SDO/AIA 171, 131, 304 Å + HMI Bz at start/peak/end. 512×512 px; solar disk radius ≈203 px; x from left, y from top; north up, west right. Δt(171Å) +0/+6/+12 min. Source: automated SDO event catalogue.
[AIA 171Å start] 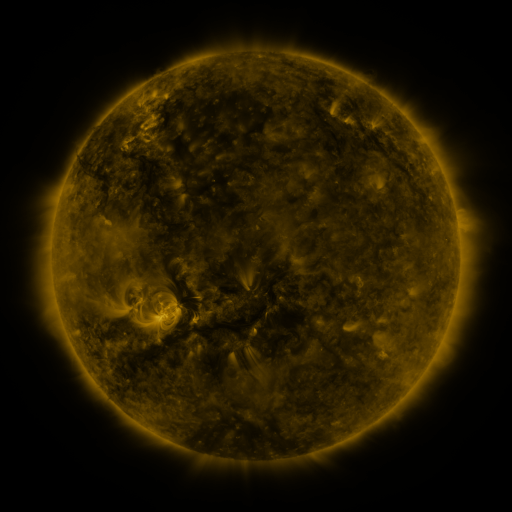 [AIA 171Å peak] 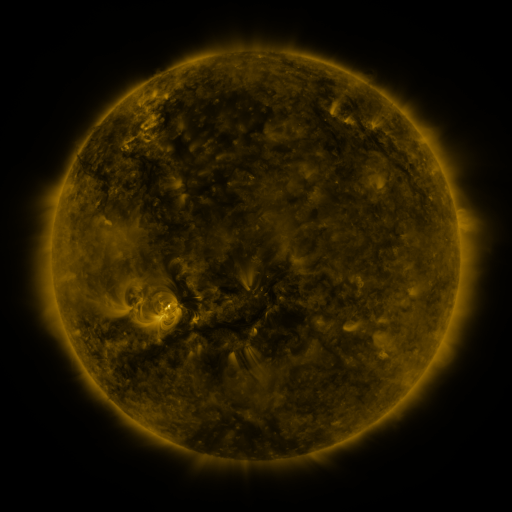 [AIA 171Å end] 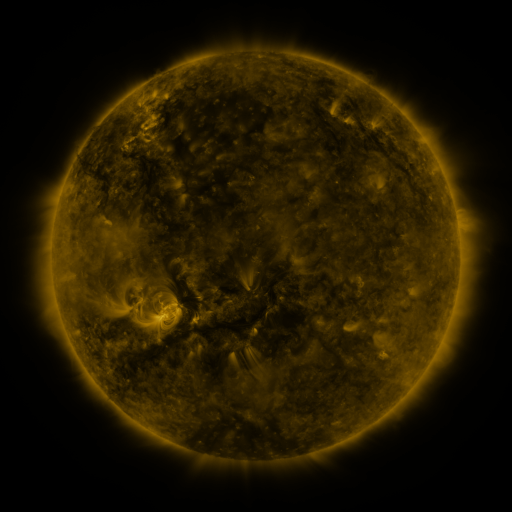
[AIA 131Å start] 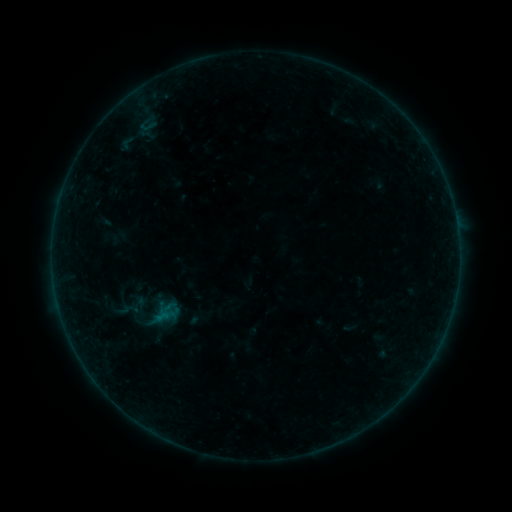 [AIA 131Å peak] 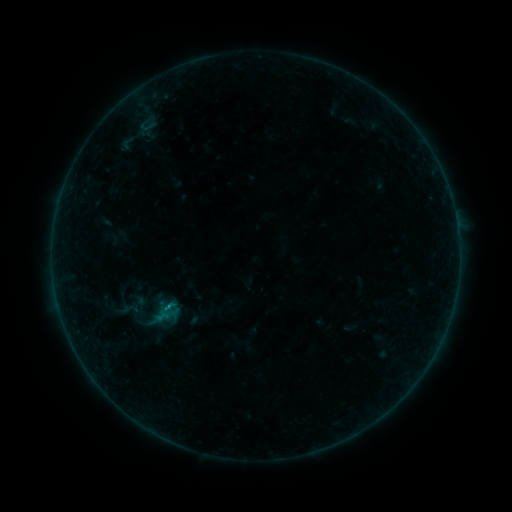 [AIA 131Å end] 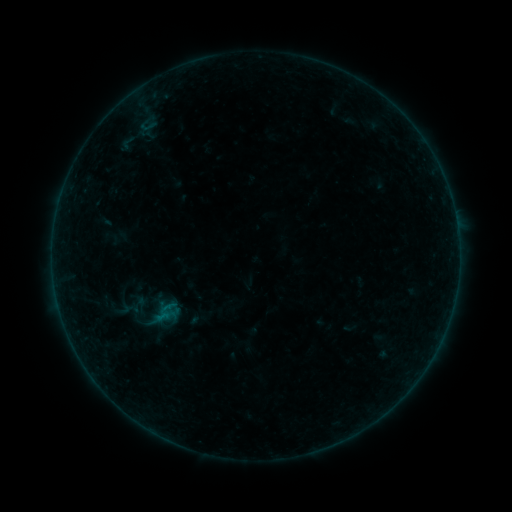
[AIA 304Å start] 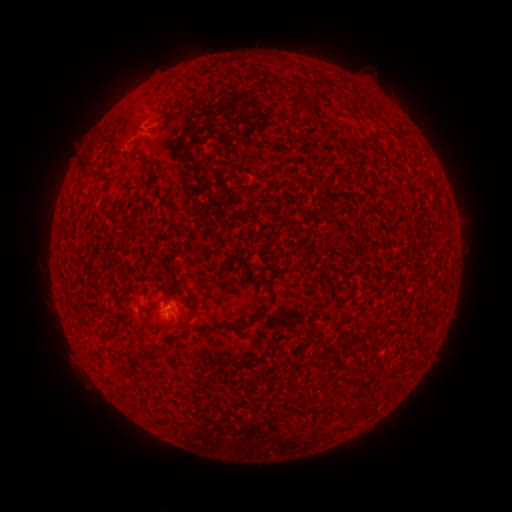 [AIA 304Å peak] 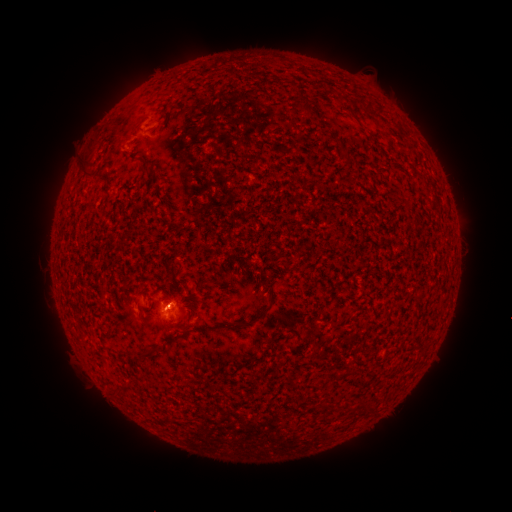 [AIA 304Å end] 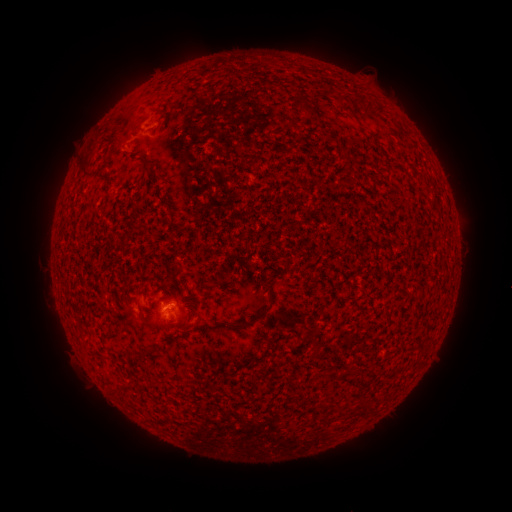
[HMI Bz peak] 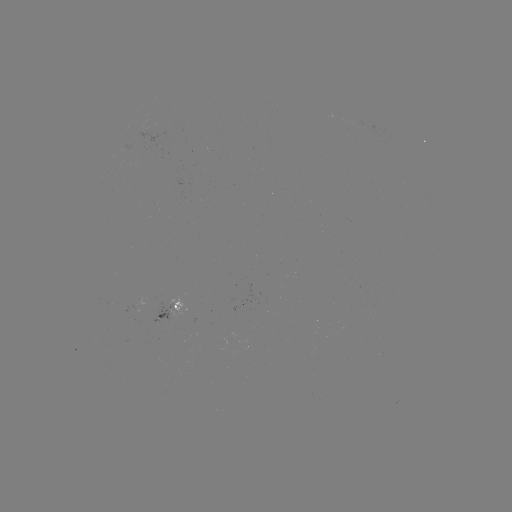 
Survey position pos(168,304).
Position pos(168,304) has B1.5 flare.